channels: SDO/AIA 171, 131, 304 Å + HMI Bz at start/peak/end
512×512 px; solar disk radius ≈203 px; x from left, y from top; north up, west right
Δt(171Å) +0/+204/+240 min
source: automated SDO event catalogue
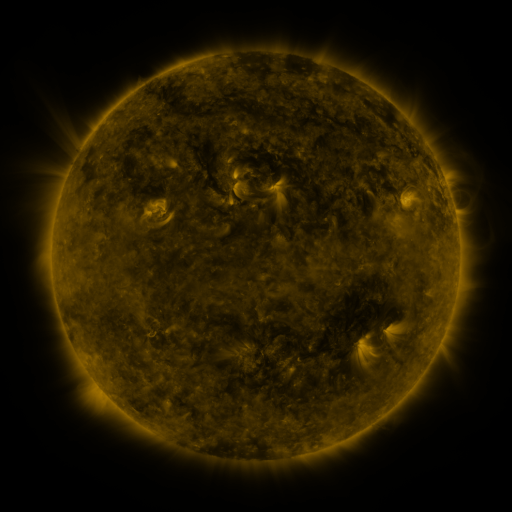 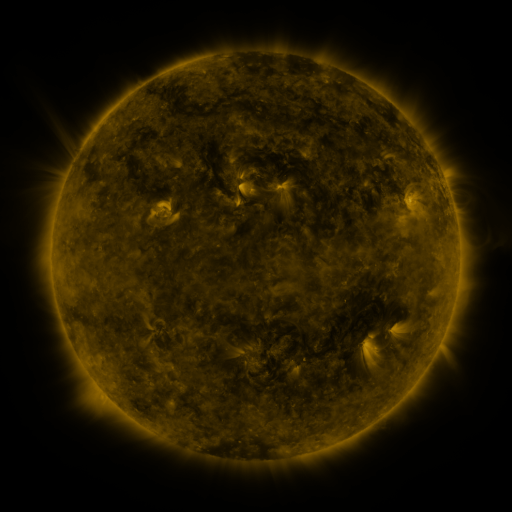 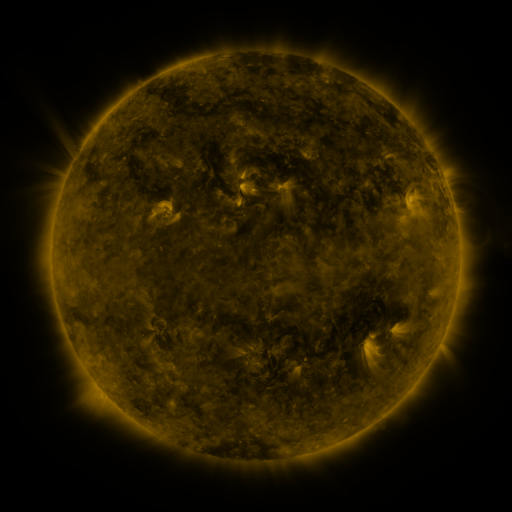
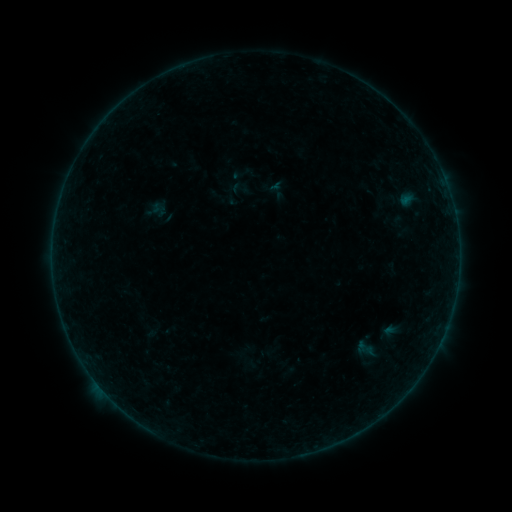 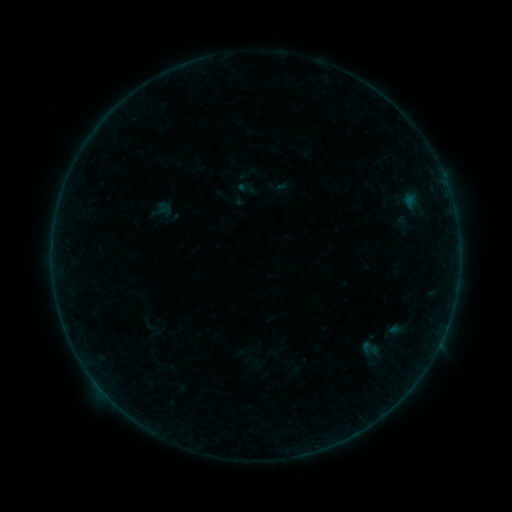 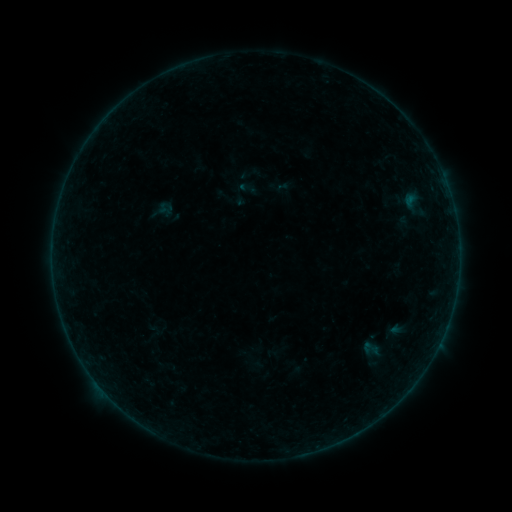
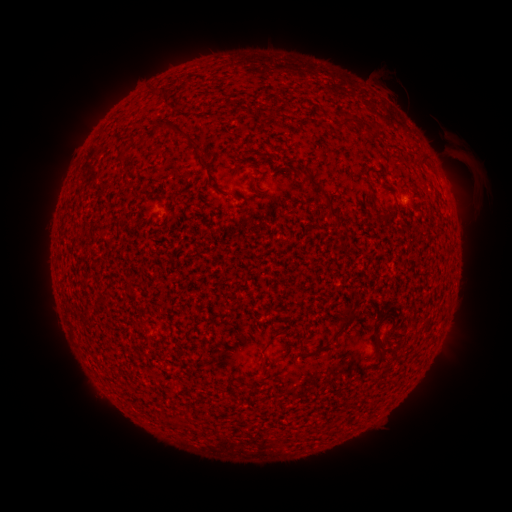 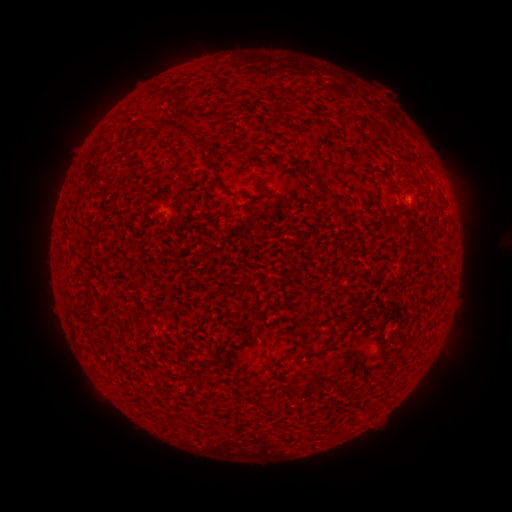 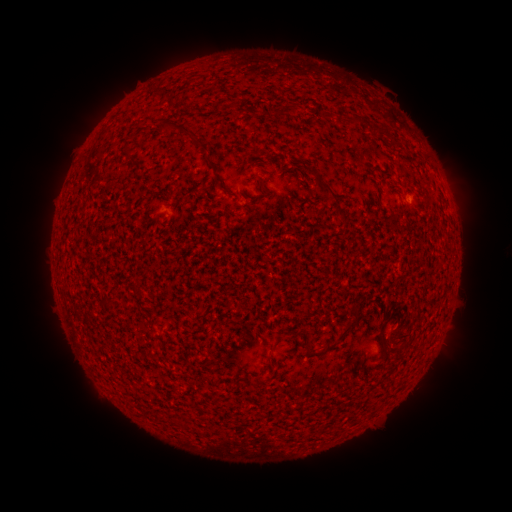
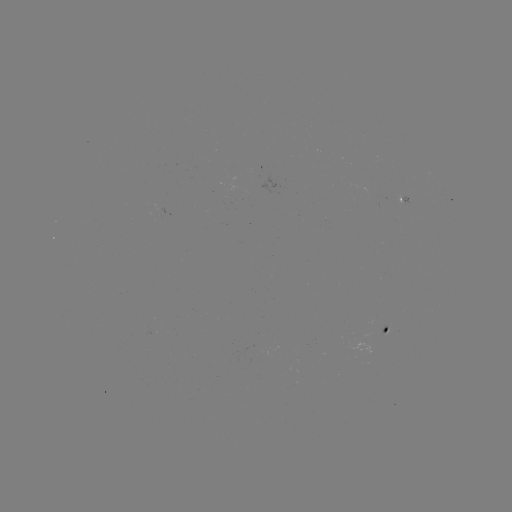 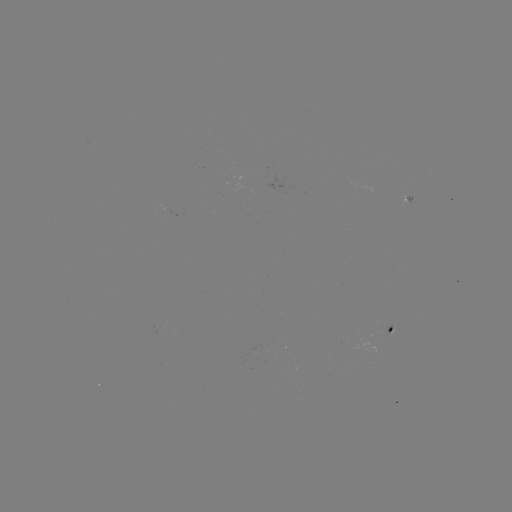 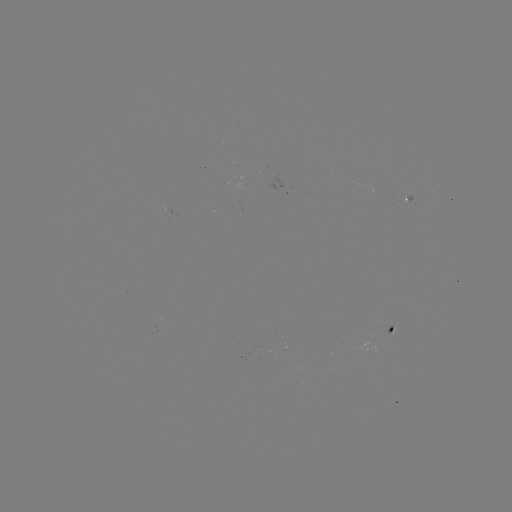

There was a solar flare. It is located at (408, 200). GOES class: B1.1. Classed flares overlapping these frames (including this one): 3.